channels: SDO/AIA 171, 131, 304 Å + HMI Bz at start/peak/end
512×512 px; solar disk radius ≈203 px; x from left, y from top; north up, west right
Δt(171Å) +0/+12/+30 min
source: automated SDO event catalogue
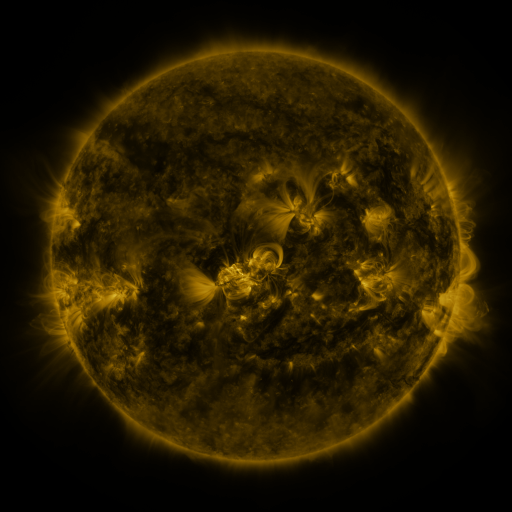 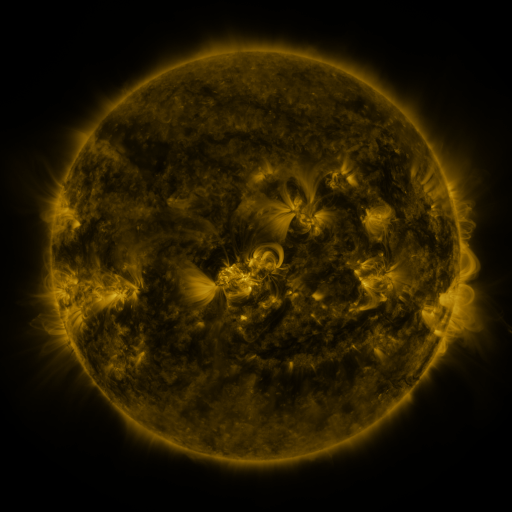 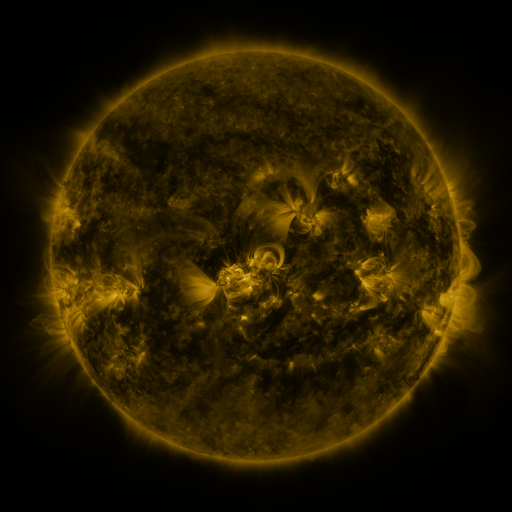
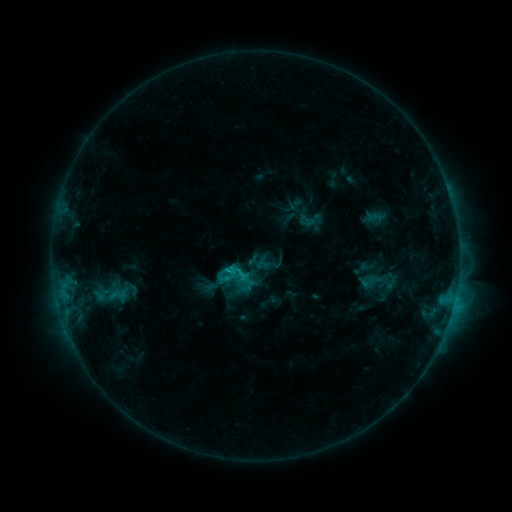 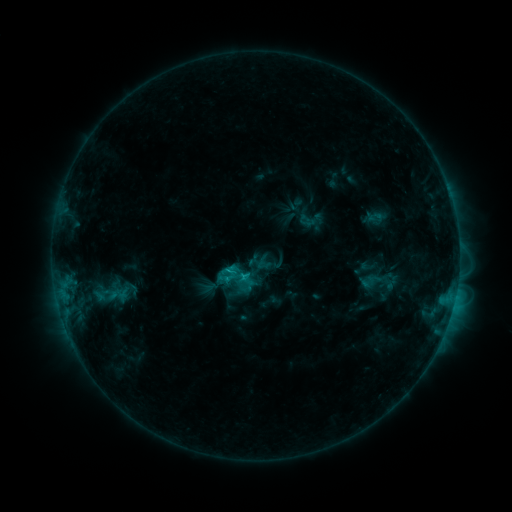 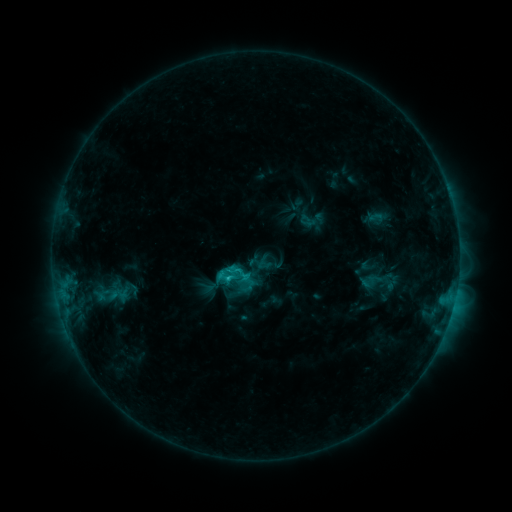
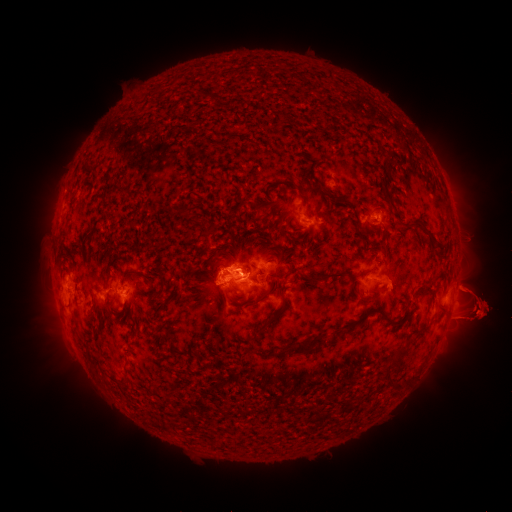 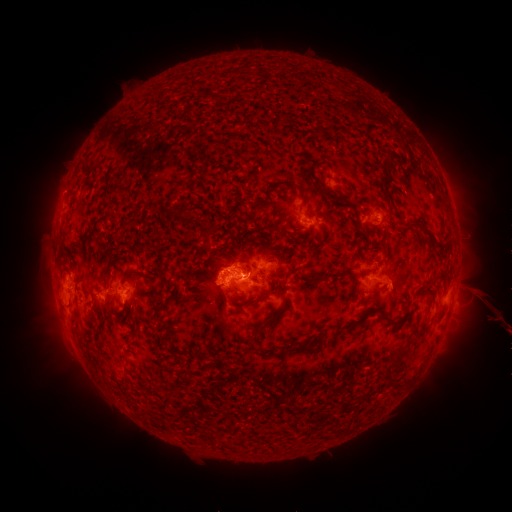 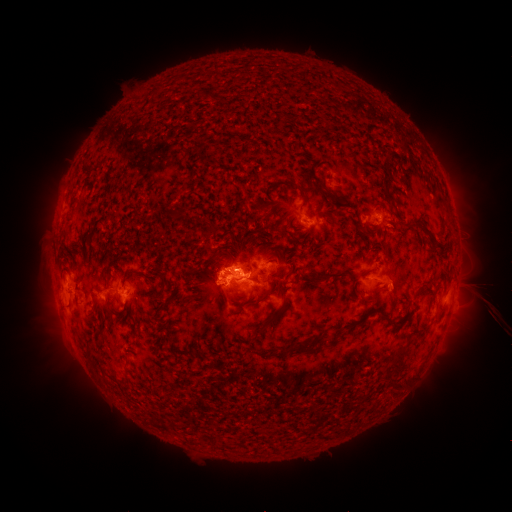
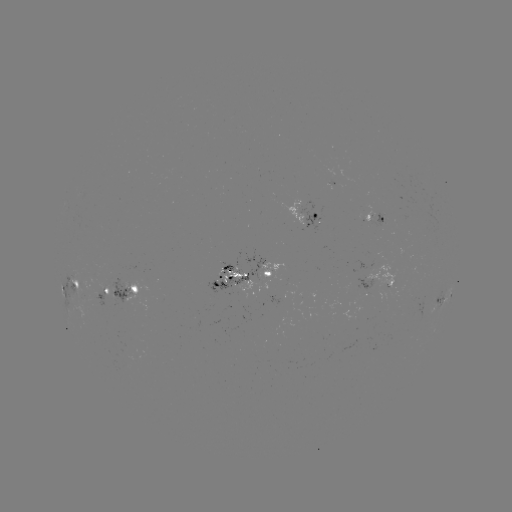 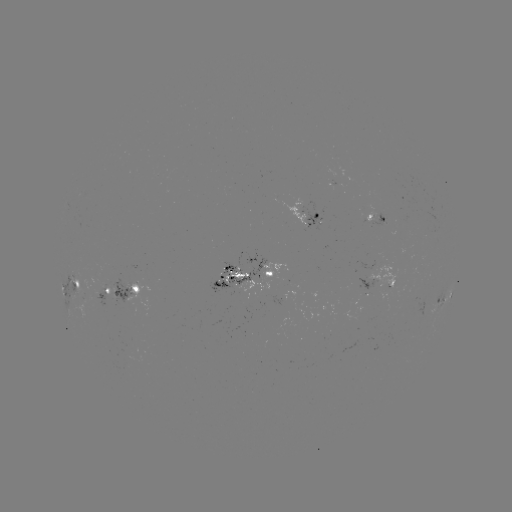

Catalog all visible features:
eruption: (486, 312)
